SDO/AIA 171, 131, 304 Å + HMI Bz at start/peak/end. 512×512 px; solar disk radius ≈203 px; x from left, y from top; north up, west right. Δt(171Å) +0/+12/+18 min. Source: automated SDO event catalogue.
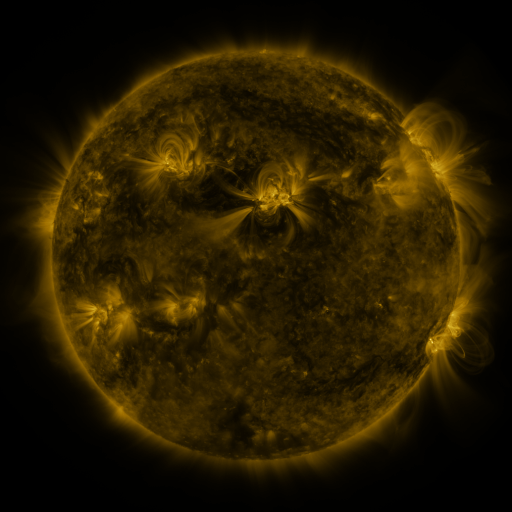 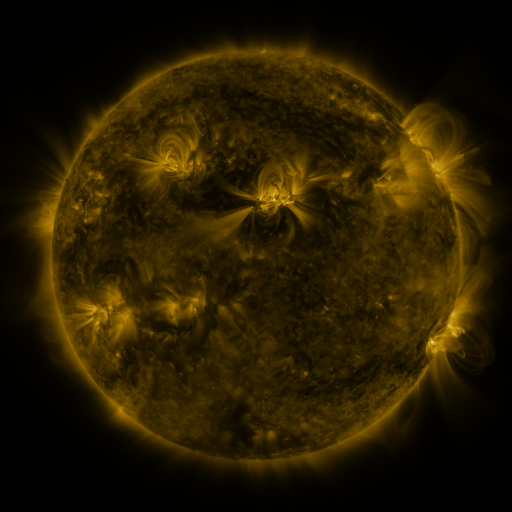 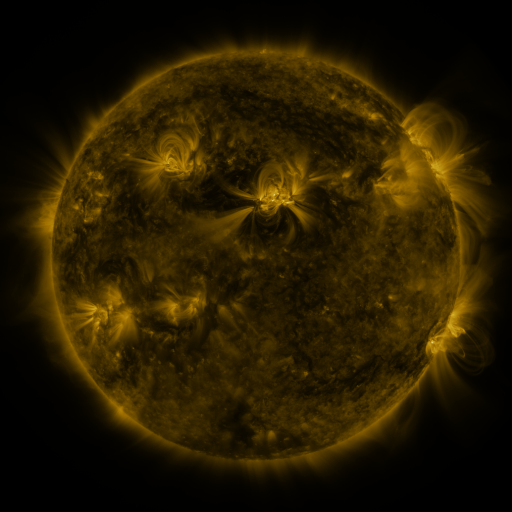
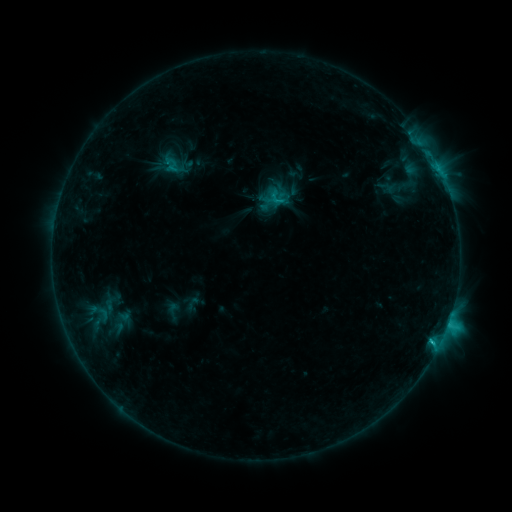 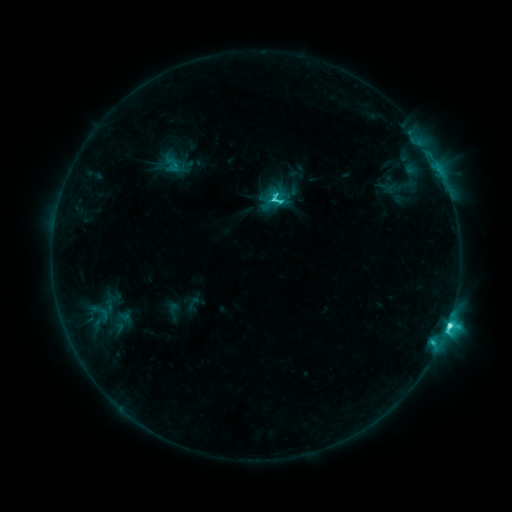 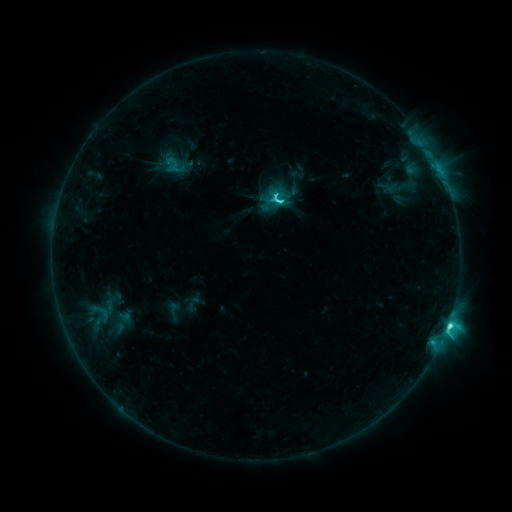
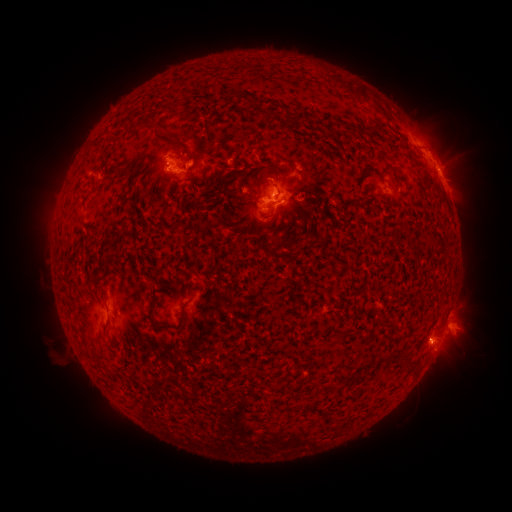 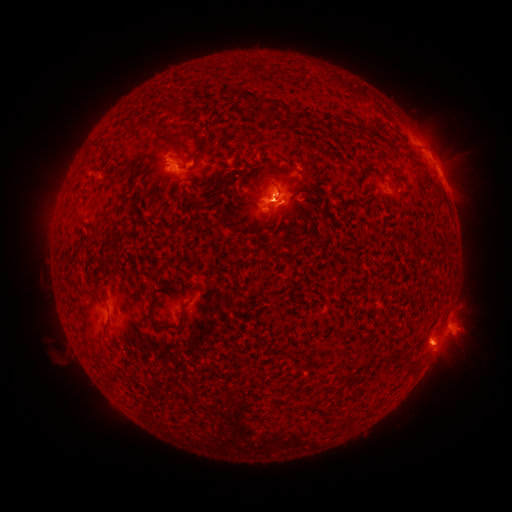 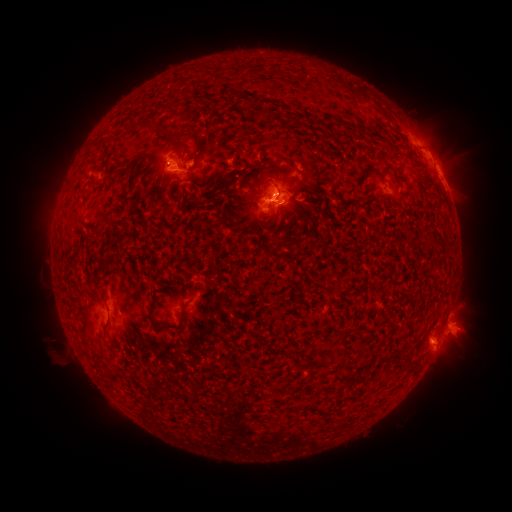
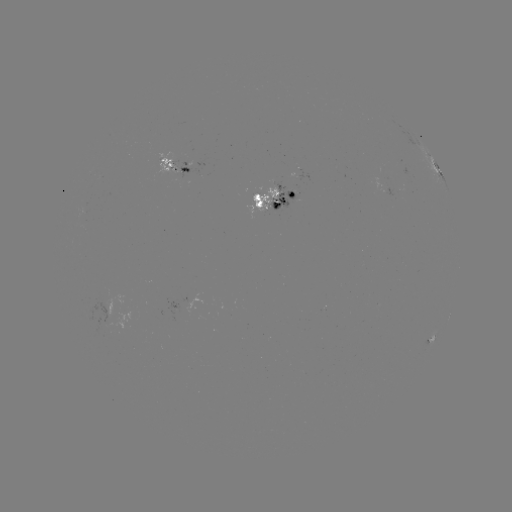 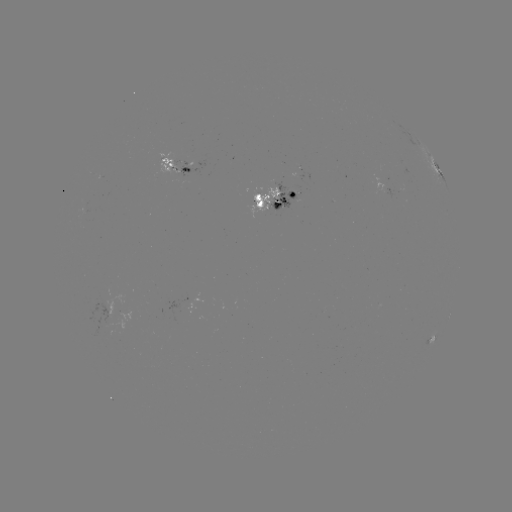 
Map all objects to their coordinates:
C7.6 flare: (434, 339)
